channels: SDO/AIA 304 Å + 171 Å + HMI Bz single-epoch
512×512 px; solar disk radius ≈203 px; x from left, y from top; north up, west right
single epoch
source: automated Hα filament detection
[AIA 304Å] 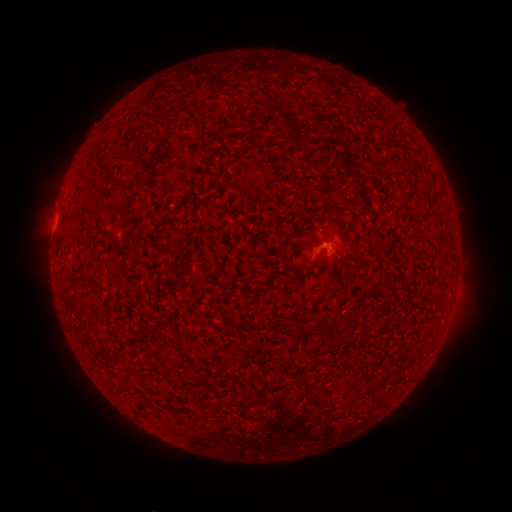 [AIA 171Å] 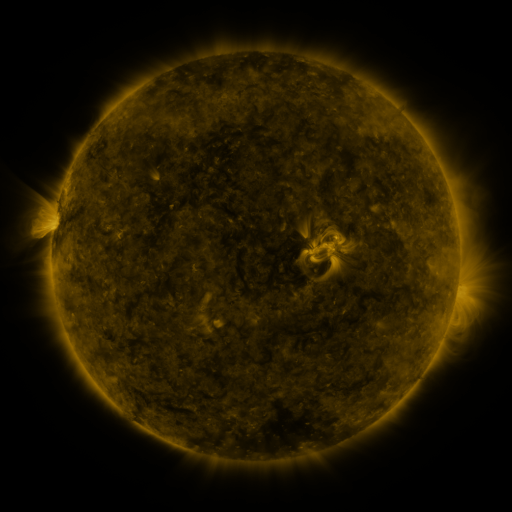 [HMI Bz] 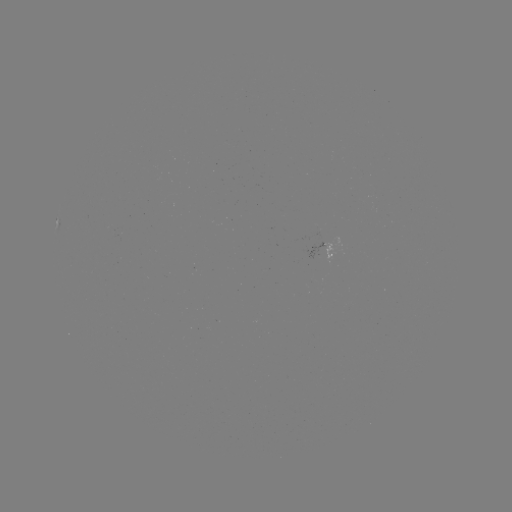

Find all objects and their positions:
filament: (108, 169)
filament: (306, 336)
